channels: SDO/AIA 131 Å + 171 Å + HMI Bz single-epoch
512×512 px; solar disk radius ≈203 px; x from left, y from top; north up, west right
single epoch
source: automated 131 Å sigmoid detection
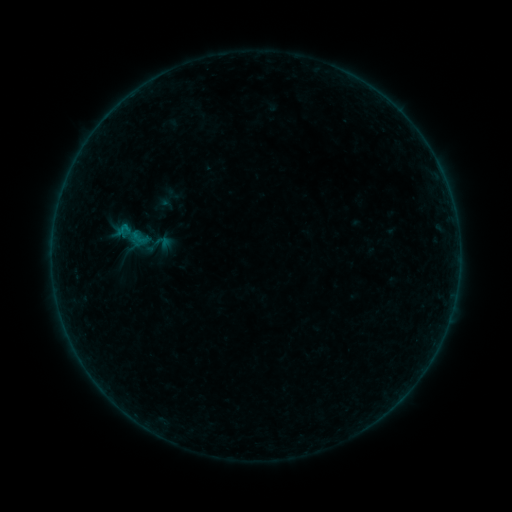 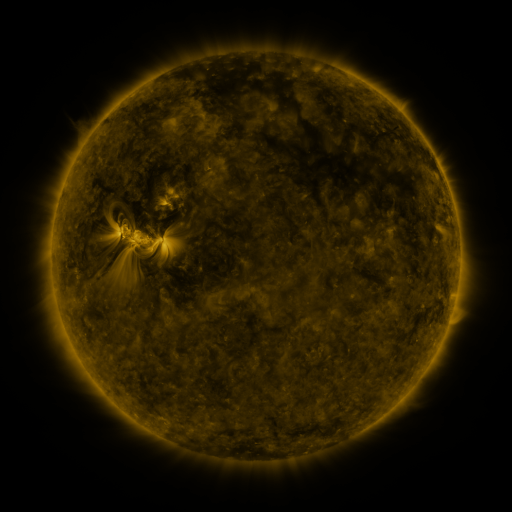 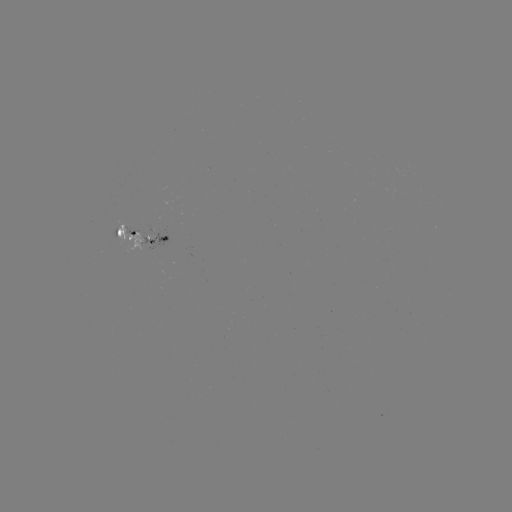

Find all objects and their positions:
sigmoid: (145, 229, 173, 259)
